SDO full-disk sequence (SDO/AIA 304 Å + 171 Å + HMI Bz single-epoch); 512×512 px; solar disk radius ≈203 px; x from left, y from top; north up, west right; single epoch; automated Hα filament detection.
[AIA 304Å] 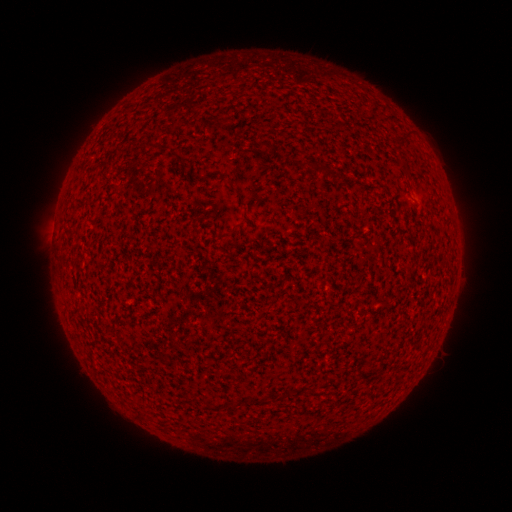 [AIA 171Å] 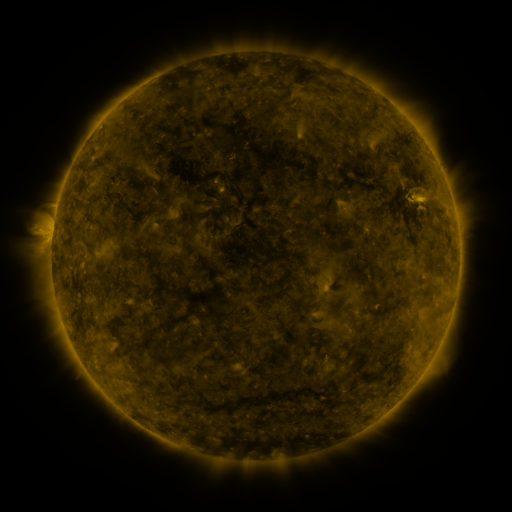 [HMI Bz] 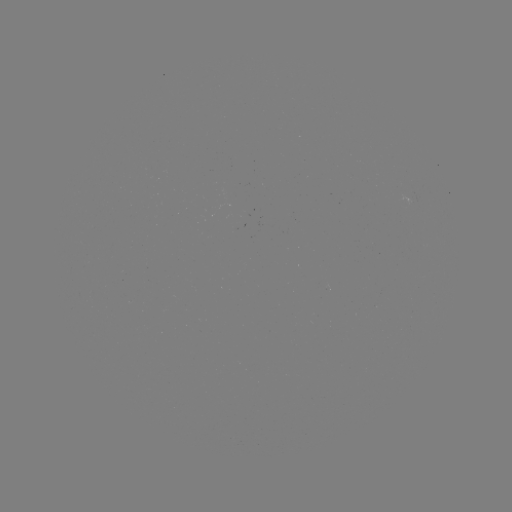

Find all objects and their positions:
filament: [258, 142, 269, 149]
filament: [143, 143, 159, 152]
filament: [300, 159, 315, 169]
filament: [317, 165, 328, 175]
